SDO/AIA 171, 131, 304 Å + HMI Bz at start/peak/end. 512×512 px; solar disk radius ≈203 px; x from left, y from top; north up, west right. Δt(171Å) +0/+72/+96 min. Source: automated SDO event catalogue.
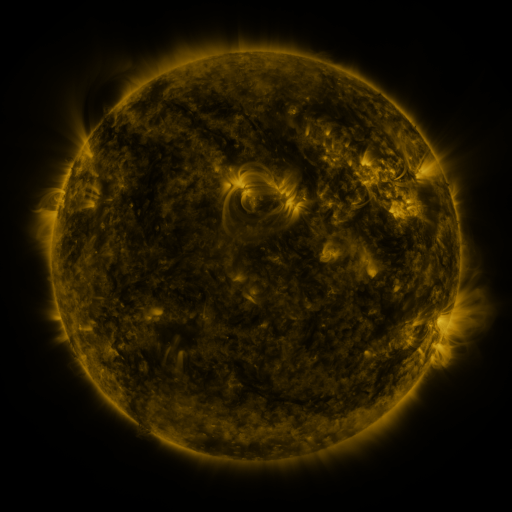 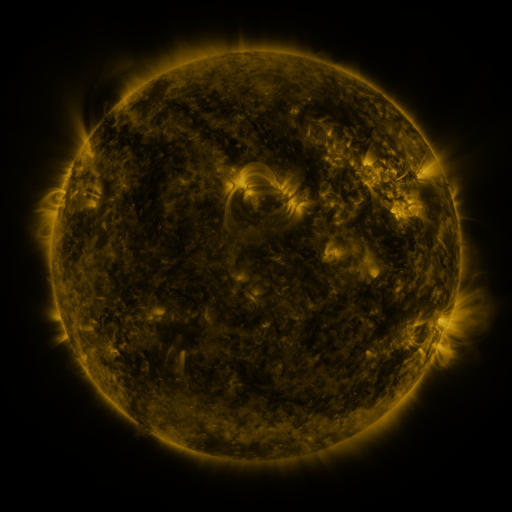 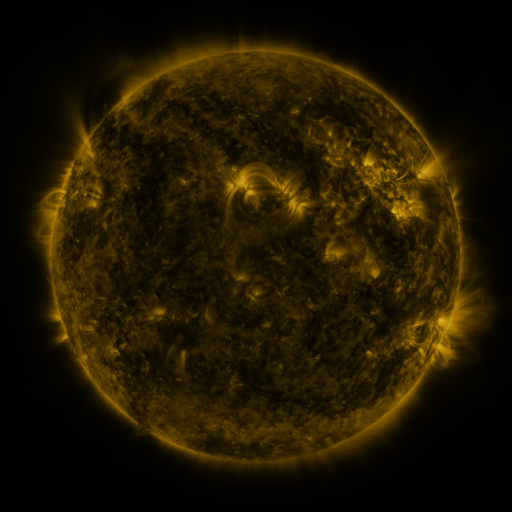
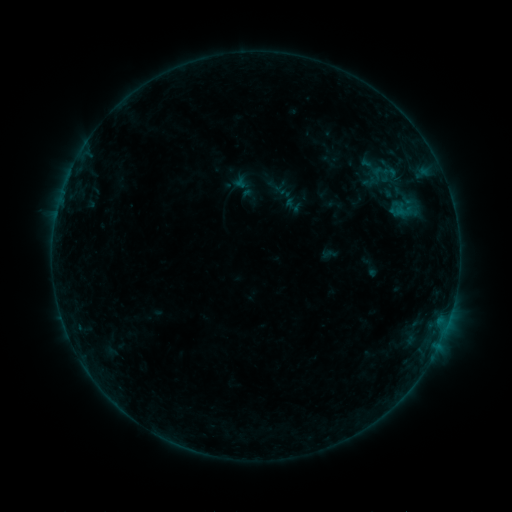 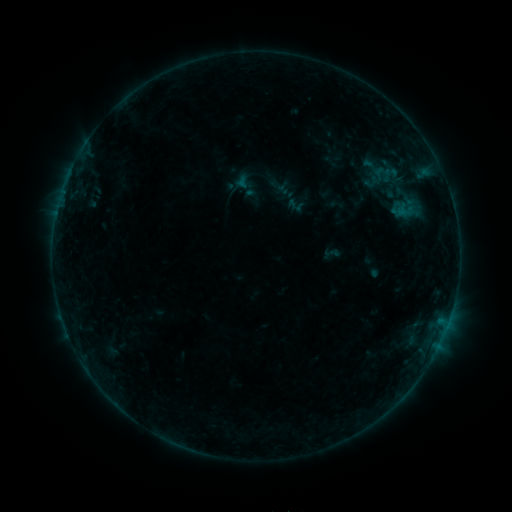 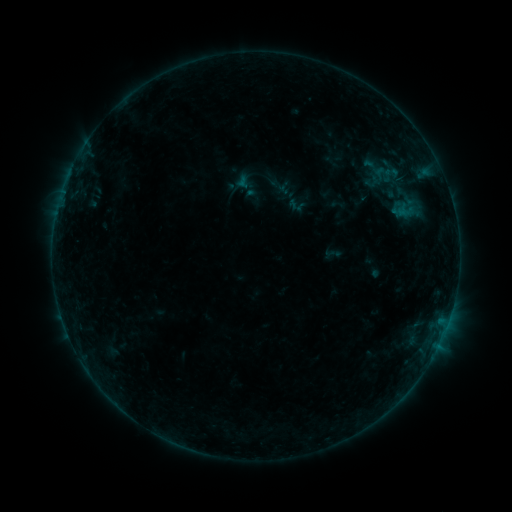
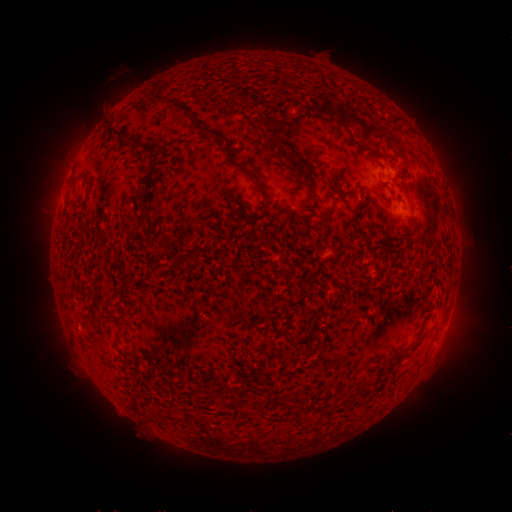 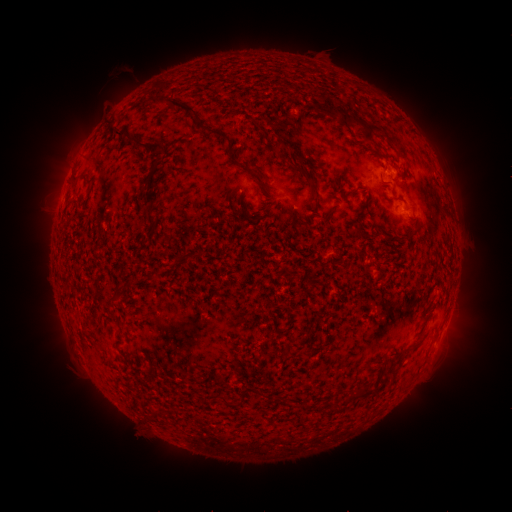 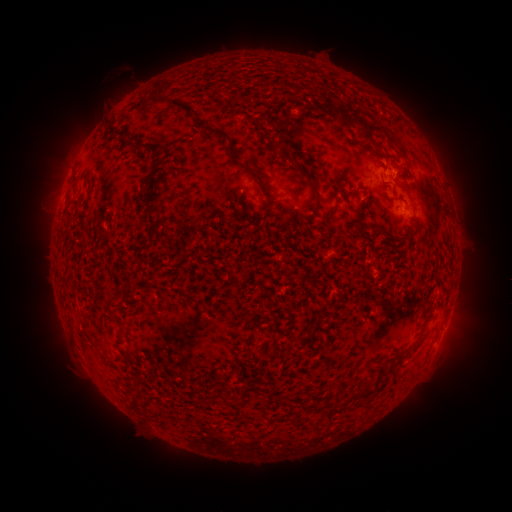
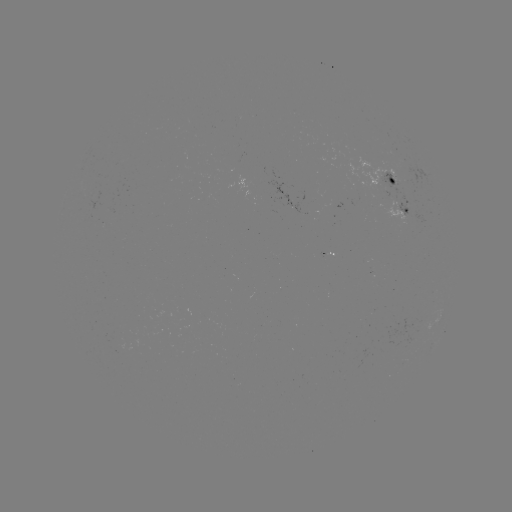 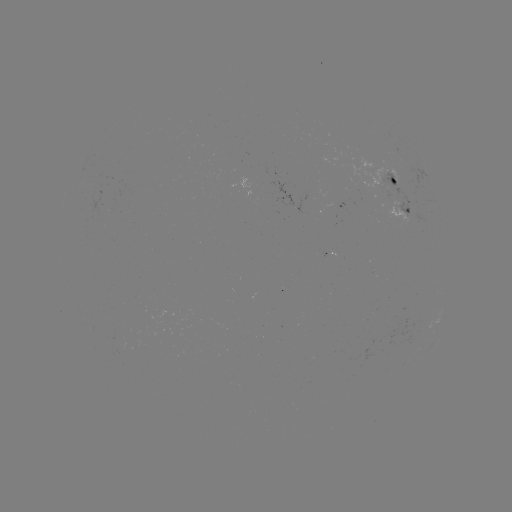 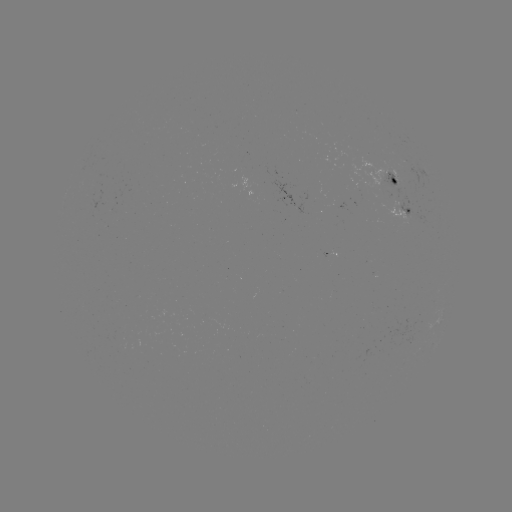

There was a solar emerging-flux region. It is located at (394, 203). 